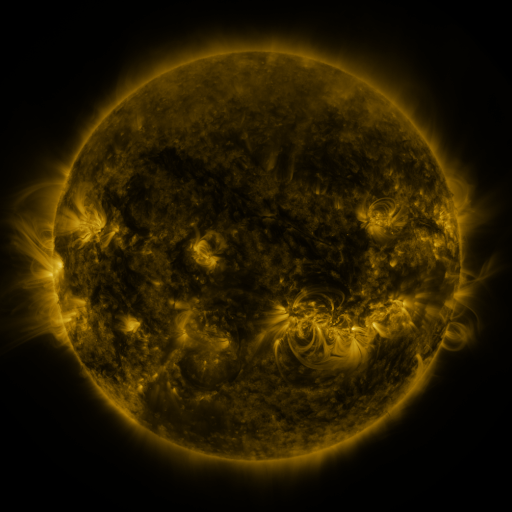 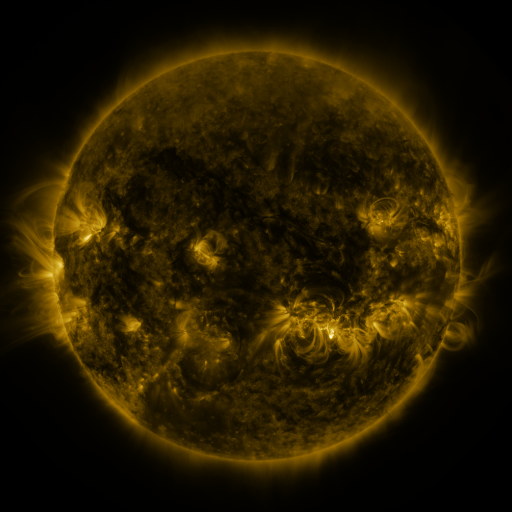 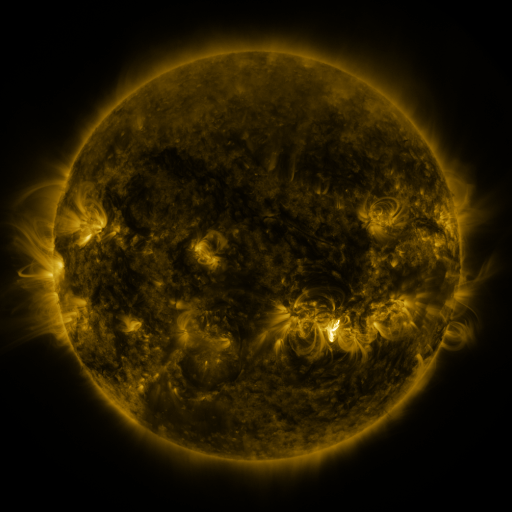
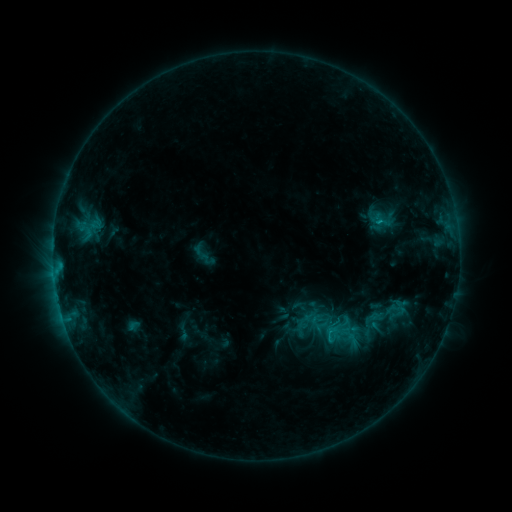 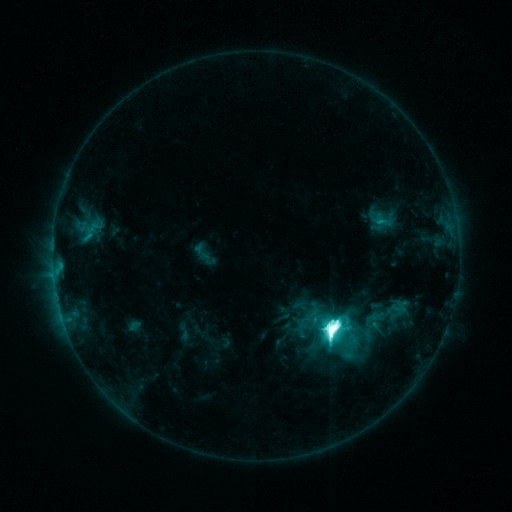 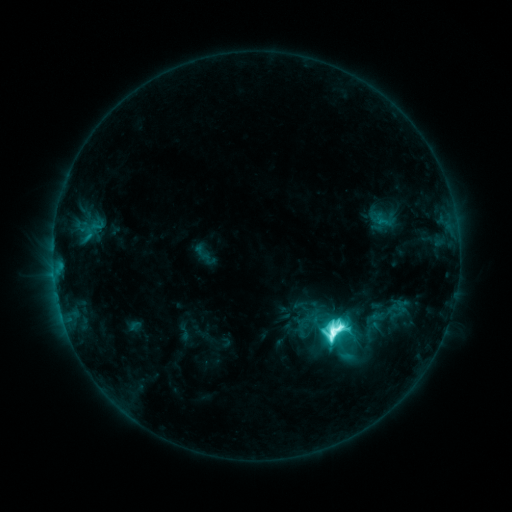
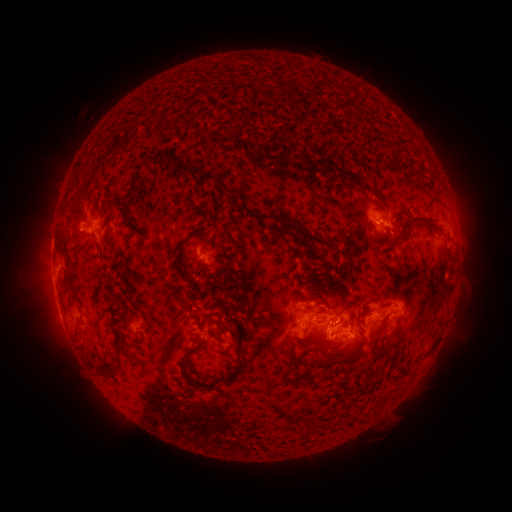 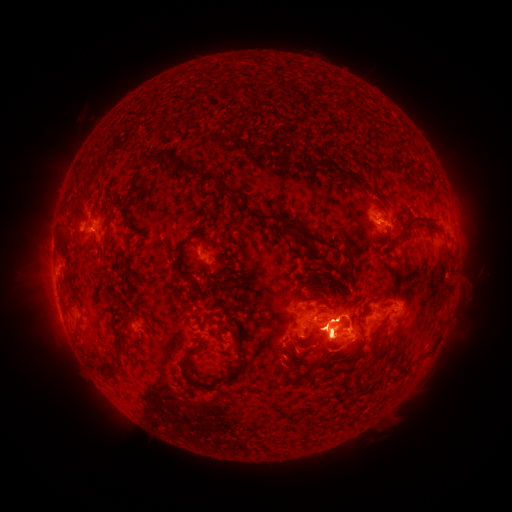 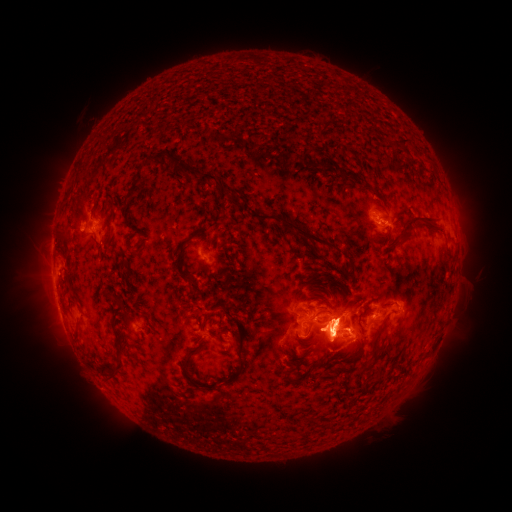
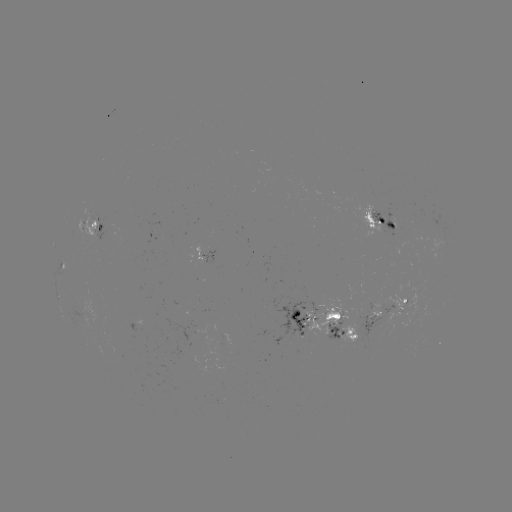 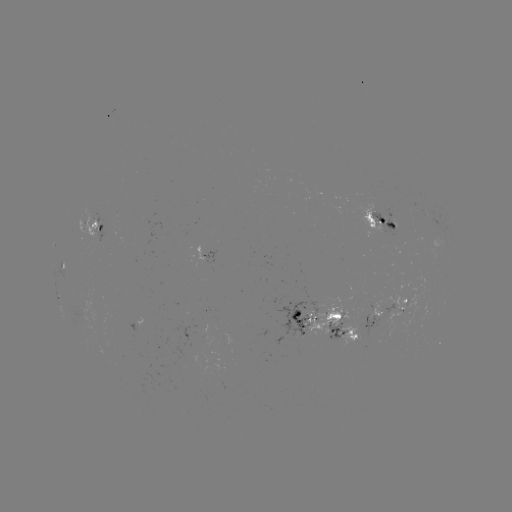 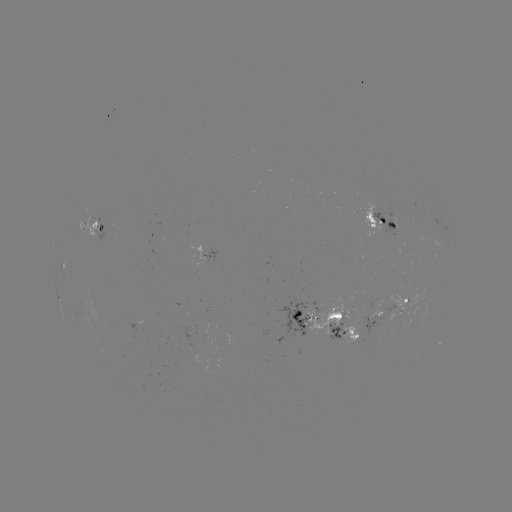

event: flare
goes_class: M5.1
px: (333, 323)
